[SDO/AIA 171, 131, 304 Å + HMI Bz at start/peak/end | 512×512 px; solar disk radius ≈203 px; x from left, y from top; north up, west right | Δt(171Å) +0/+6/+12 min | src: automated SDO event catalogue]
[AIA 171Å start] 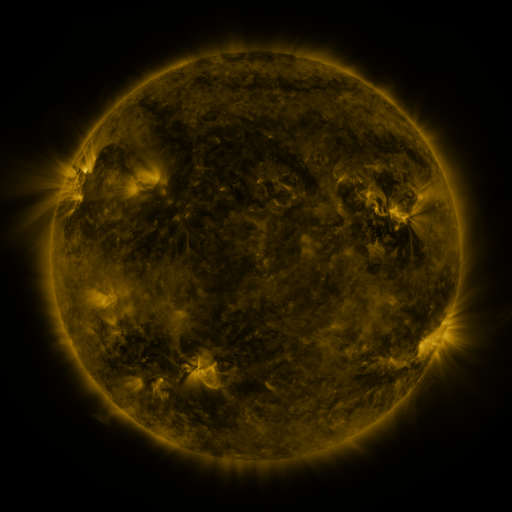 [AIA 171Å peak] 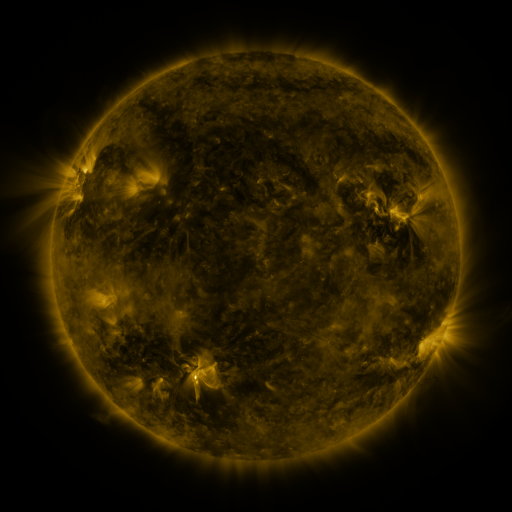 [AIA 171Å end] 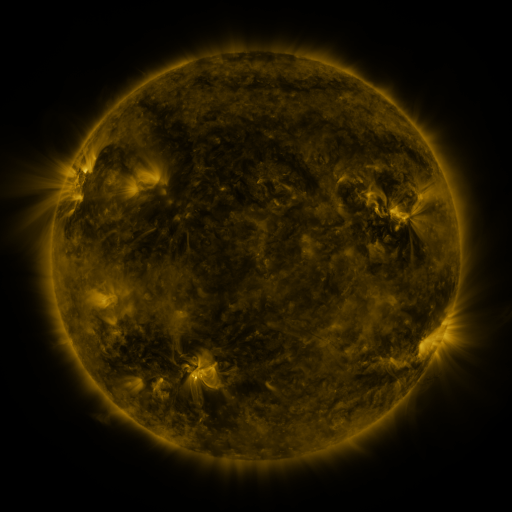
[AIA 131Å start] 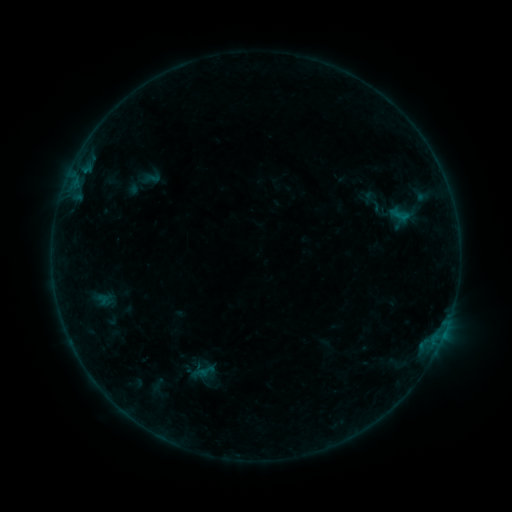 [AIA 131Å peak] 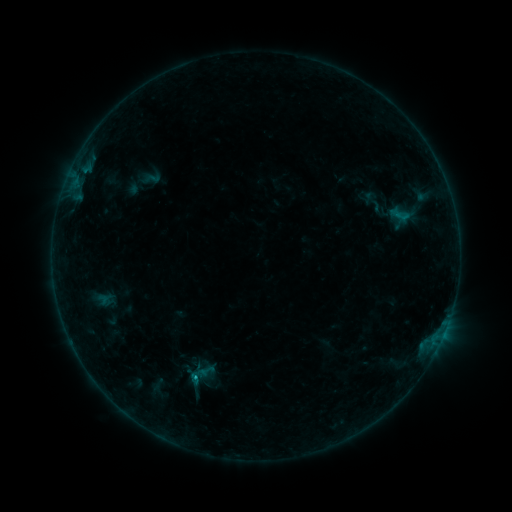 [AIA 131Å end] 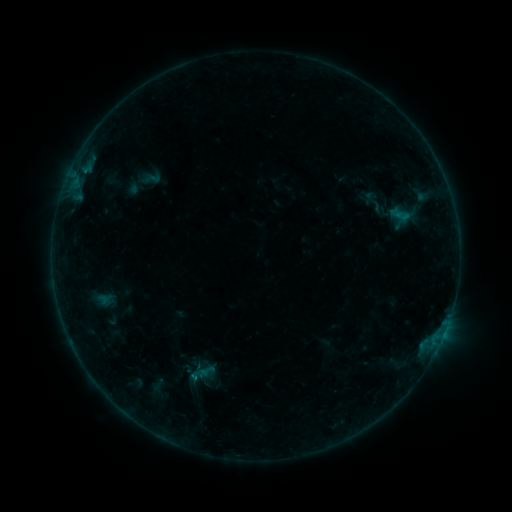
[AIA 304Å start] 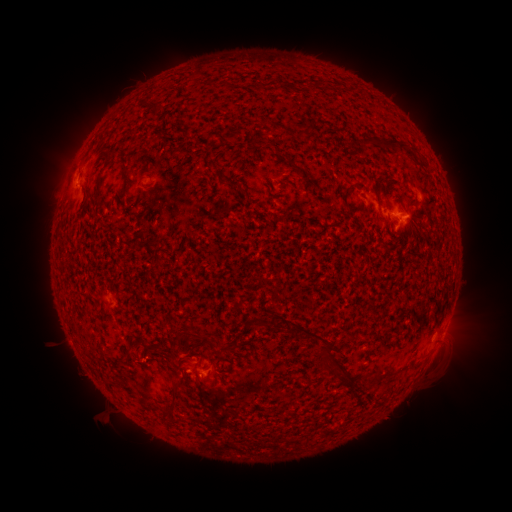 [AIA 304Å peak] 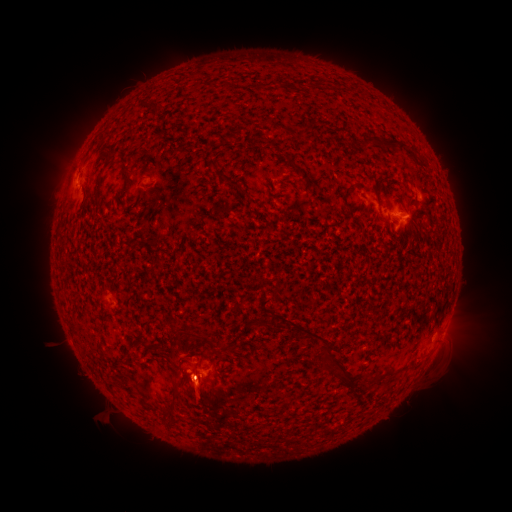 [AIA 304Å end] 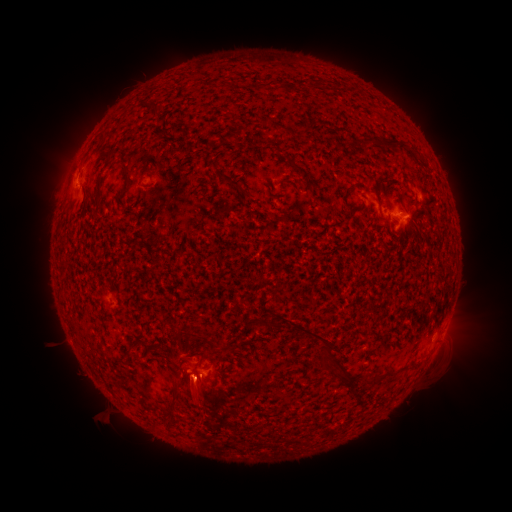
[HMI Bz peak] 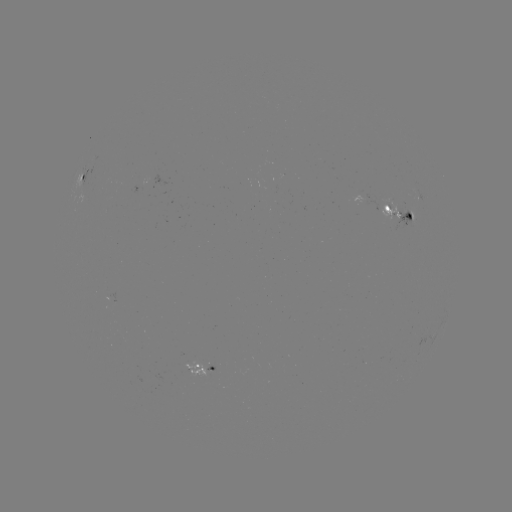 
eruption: <bbox>133, 333, 261, 453</bbox>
